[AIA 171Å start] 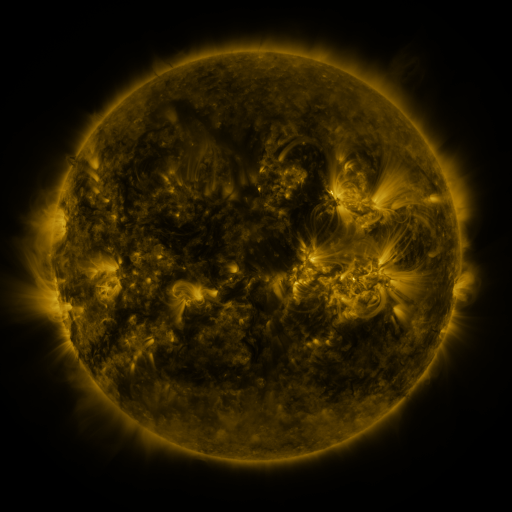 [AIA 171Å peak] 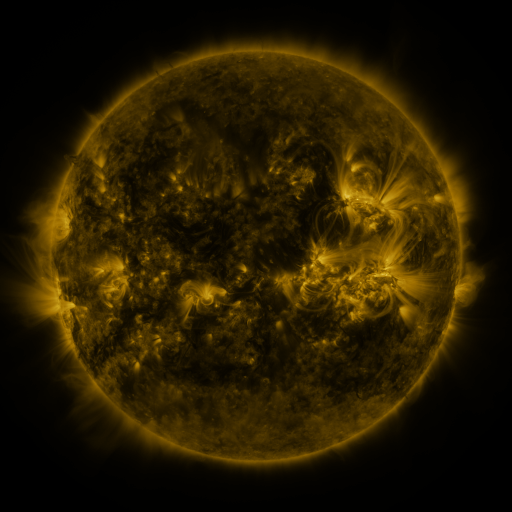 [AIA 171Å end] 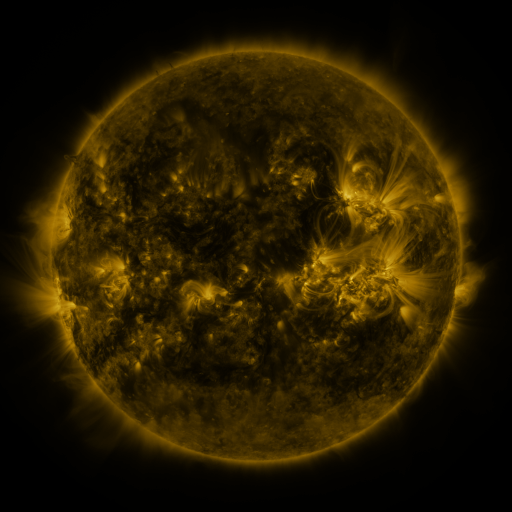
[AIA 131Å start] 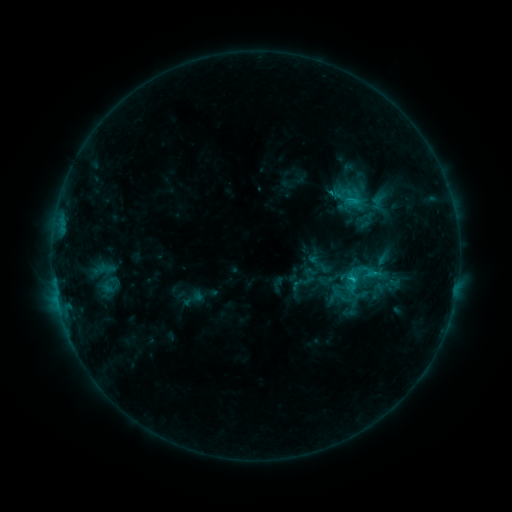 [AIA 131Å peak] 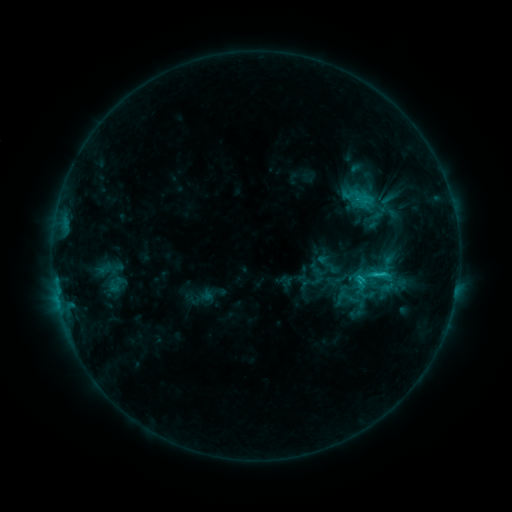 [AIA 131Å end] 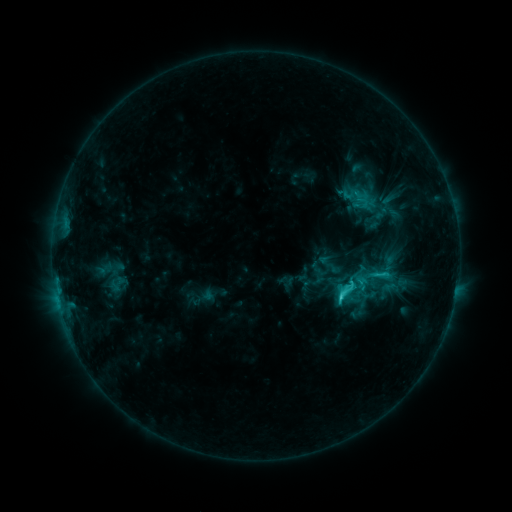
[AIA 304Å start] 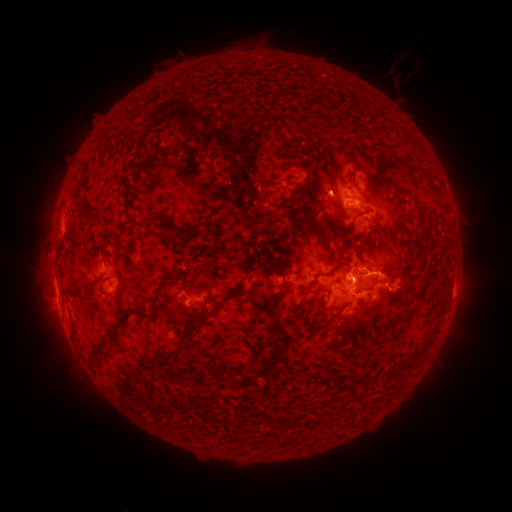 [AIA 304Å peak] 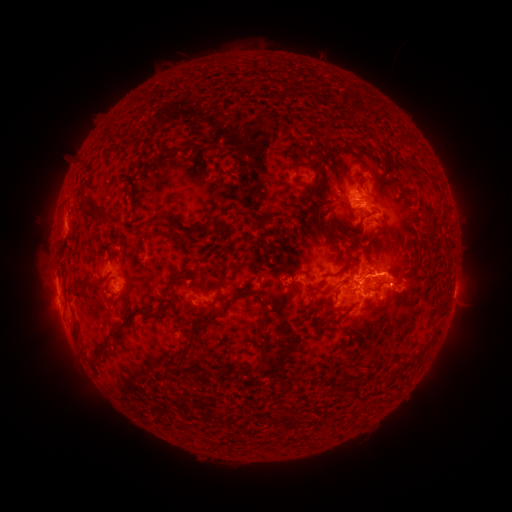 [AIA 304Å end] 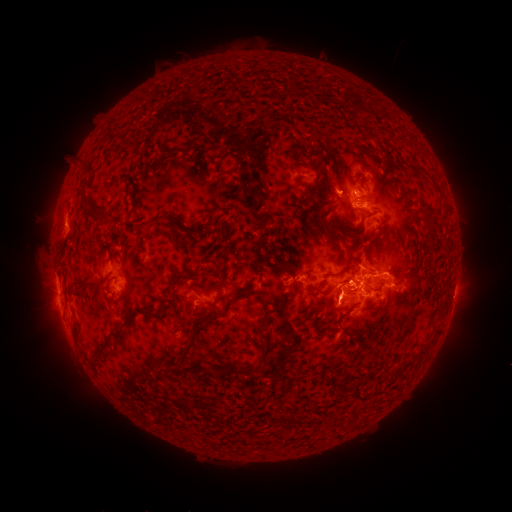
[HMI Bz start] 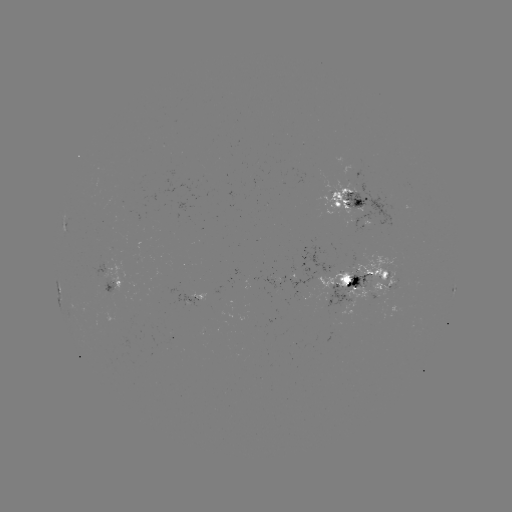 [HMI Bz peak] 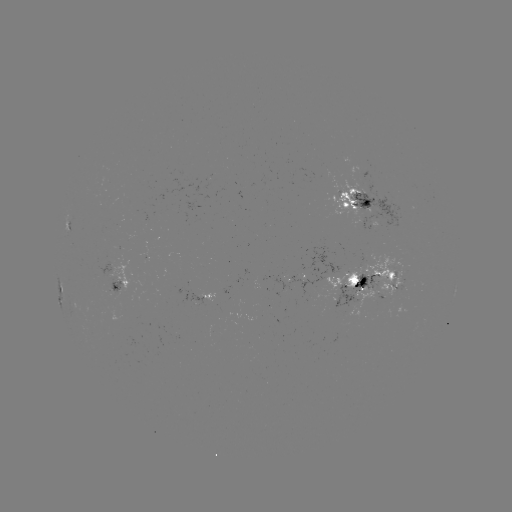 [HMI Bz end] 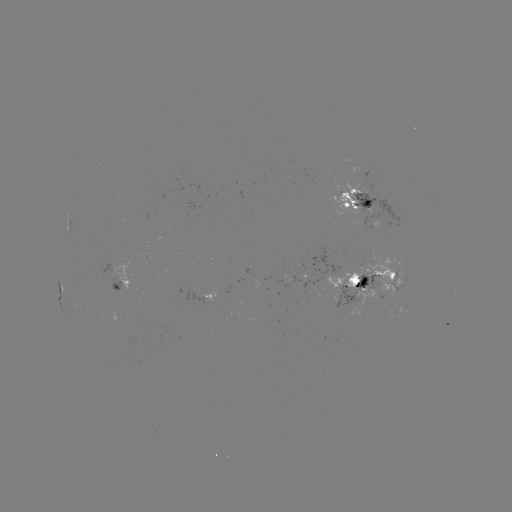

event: emerging-flux region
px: (111, 286)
